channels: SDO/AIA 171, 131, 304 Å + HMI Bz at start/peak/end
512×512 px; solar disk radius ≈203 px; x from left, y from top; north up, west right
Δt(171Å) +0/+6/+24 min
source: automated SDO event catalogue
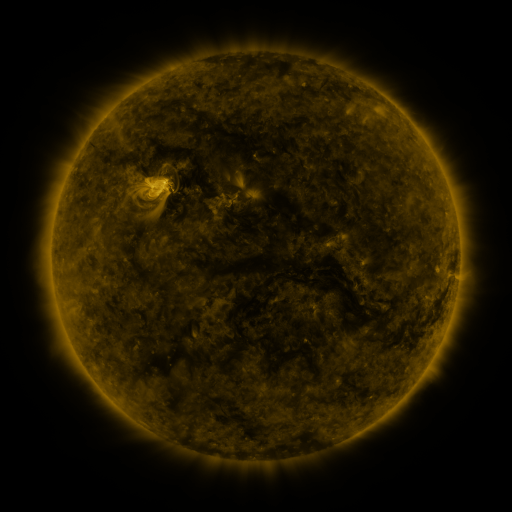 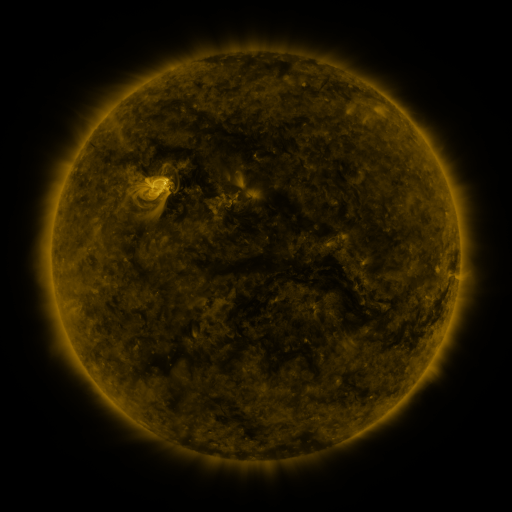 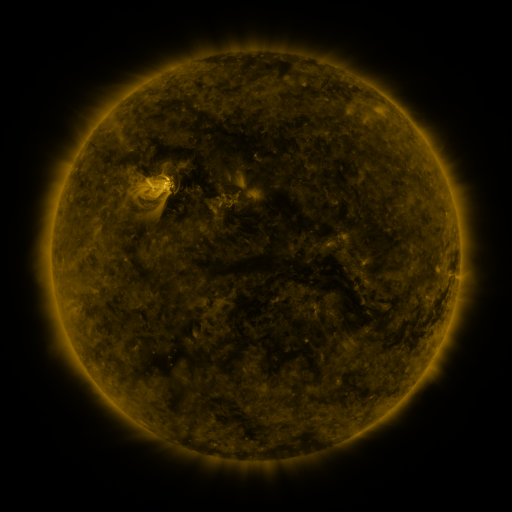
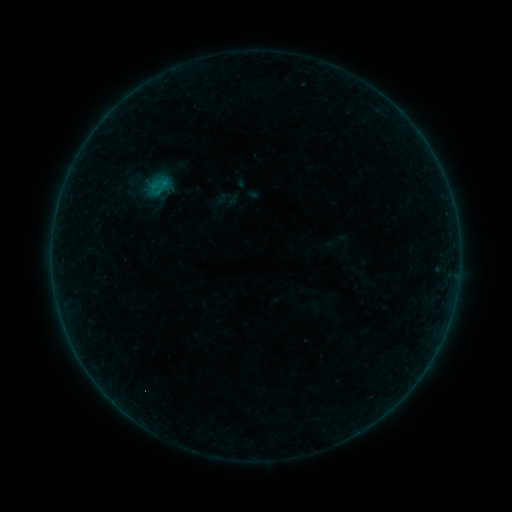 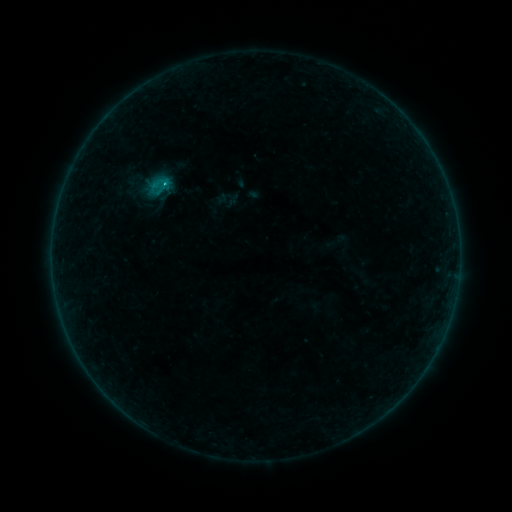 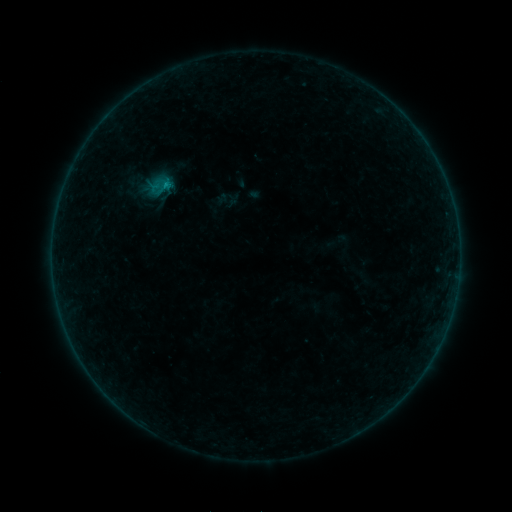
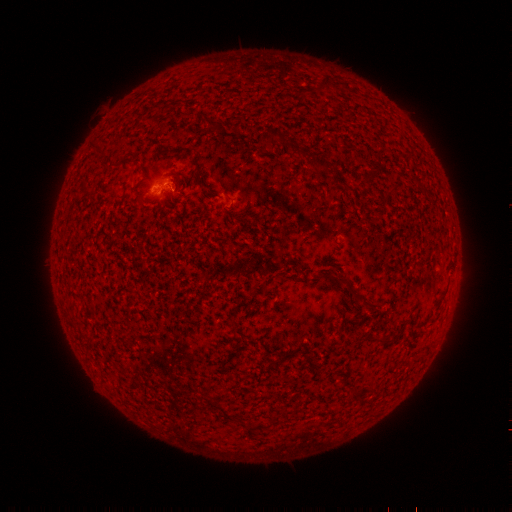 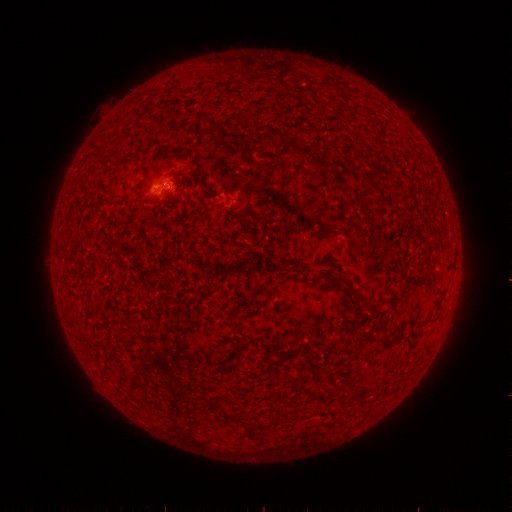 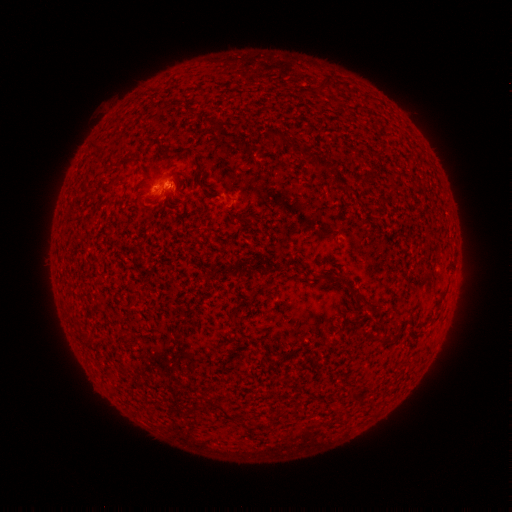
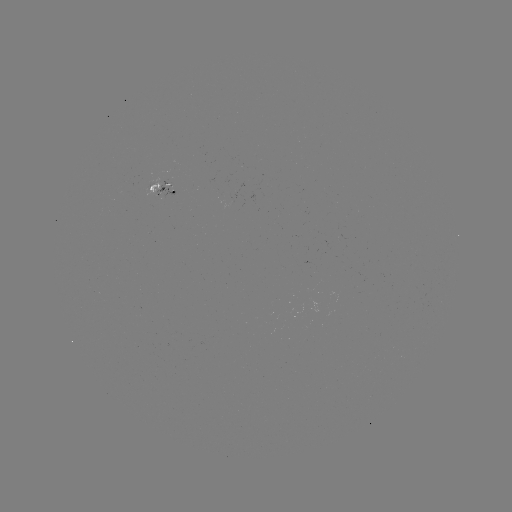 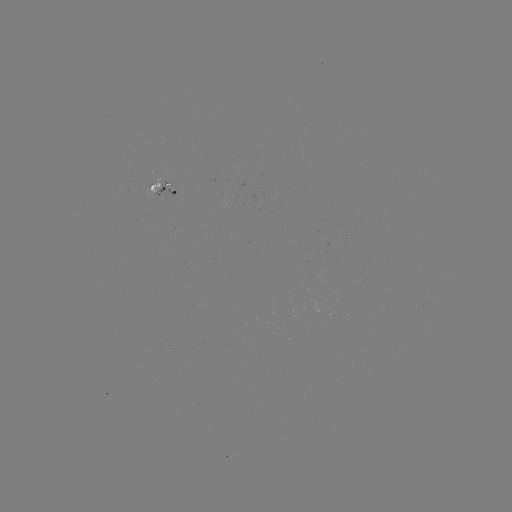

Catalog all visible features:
B4.7 flare: (168, 184)
